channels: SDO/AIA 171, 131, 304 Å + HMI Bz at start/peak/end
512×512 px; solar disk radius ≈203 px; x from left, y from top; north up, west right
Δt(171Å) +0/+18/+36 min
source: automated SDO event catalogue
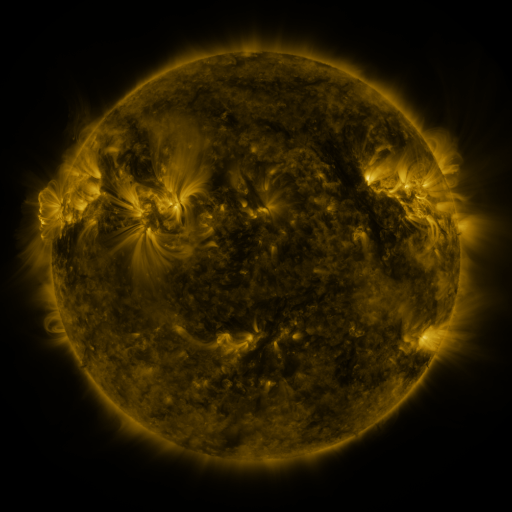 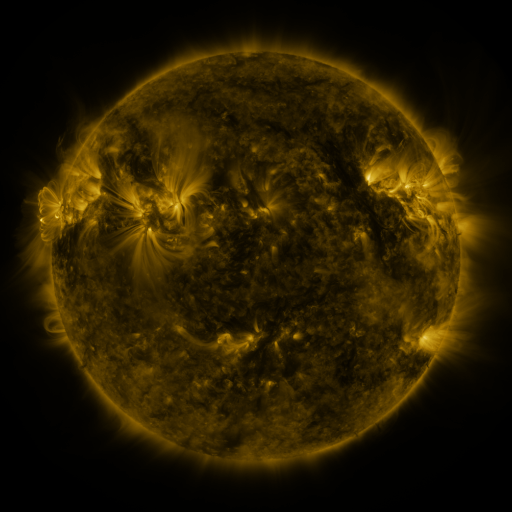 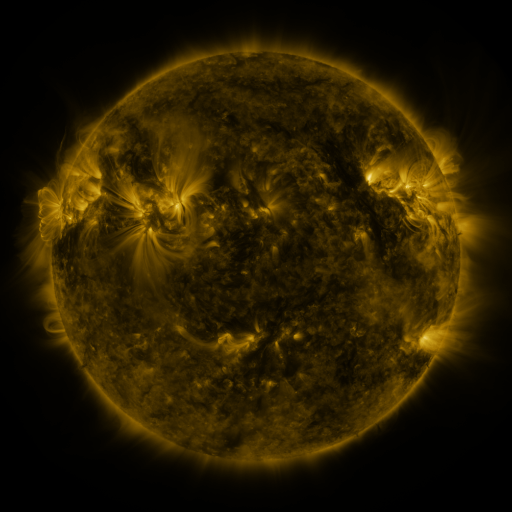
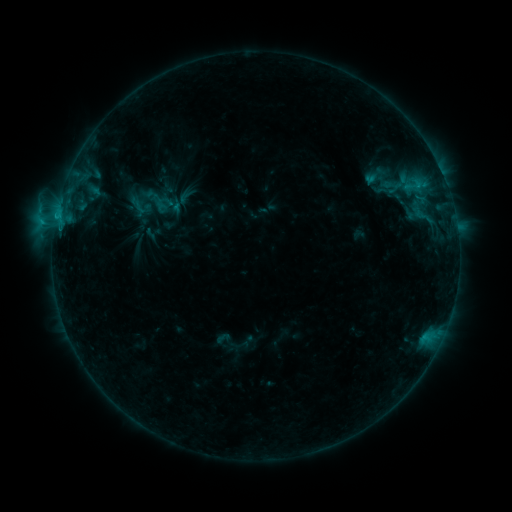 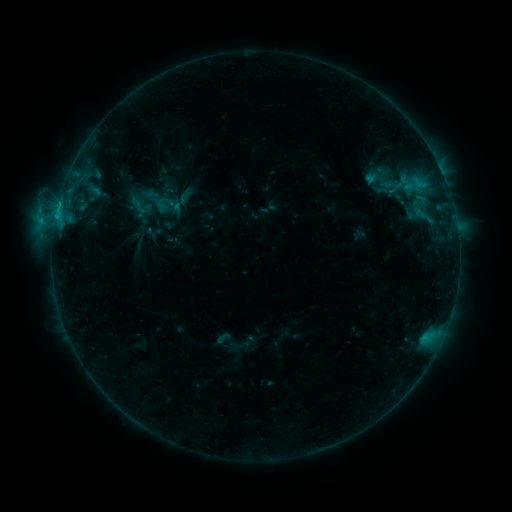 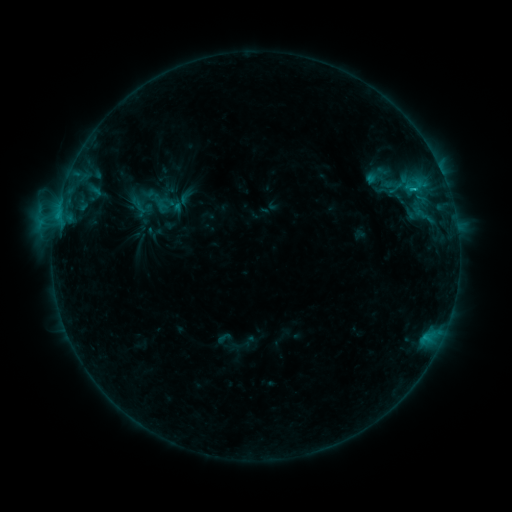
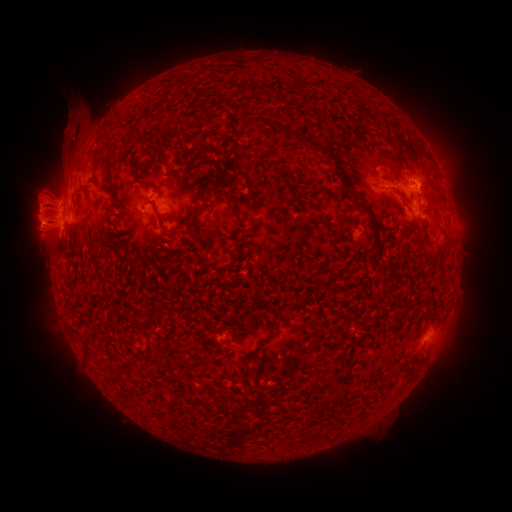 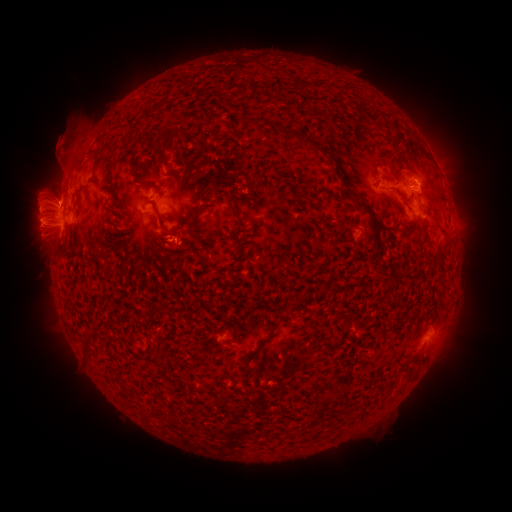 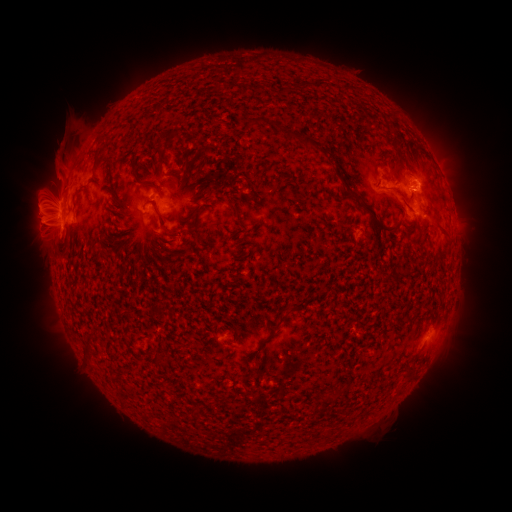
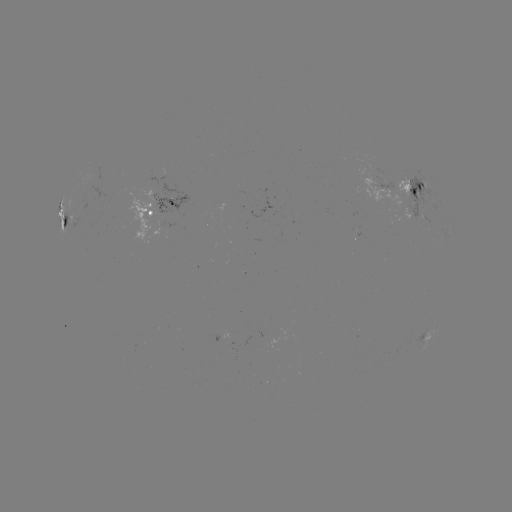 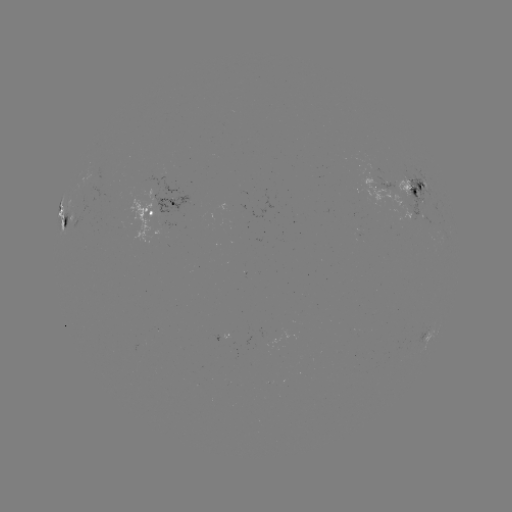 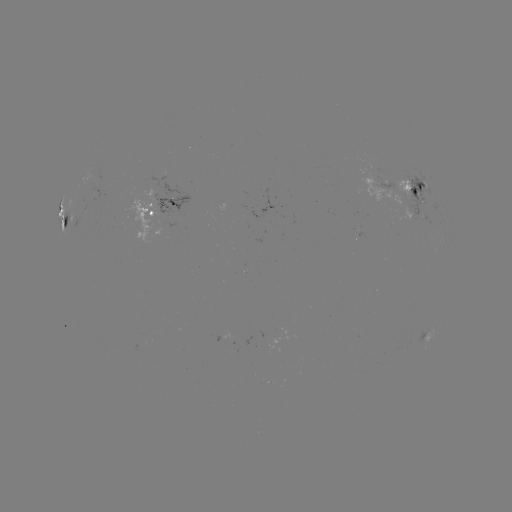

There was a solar eruption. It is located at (40, 230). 